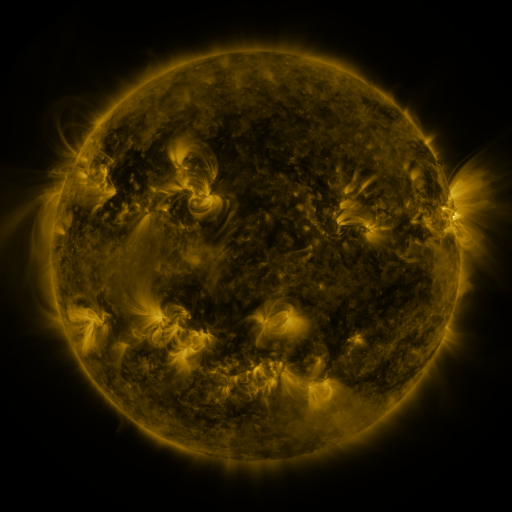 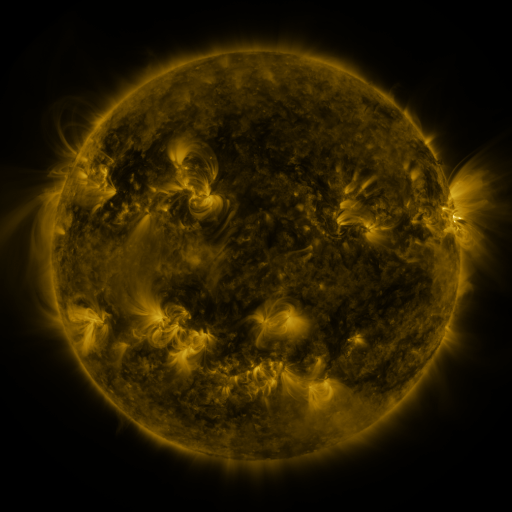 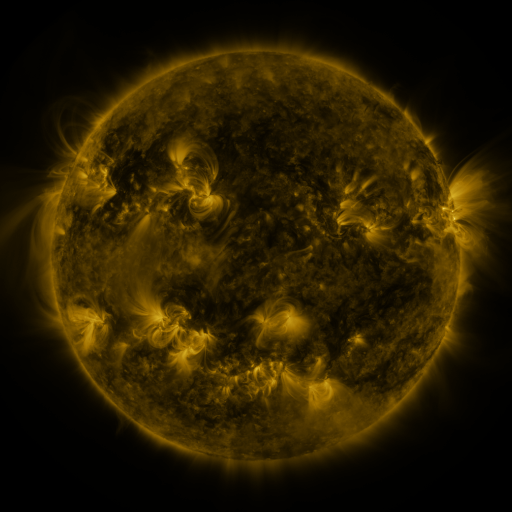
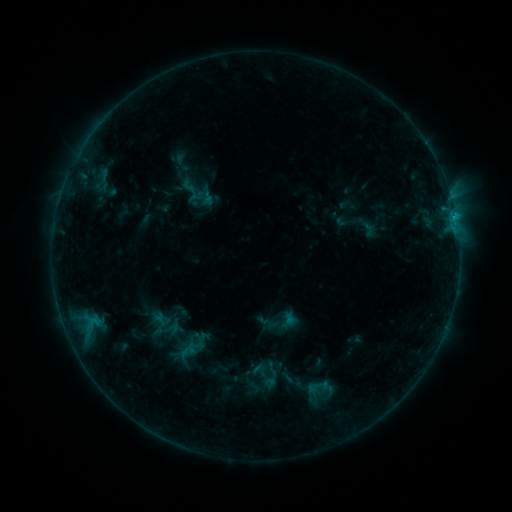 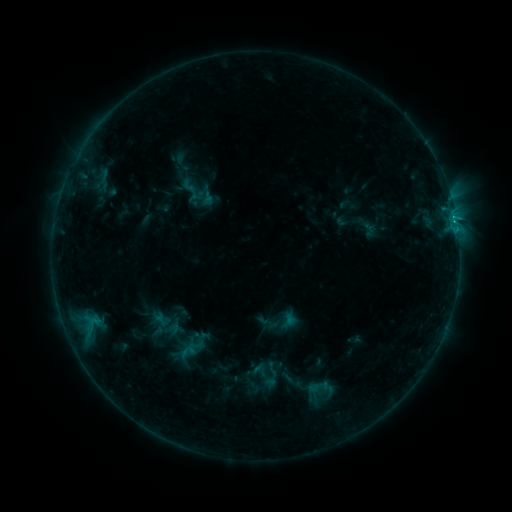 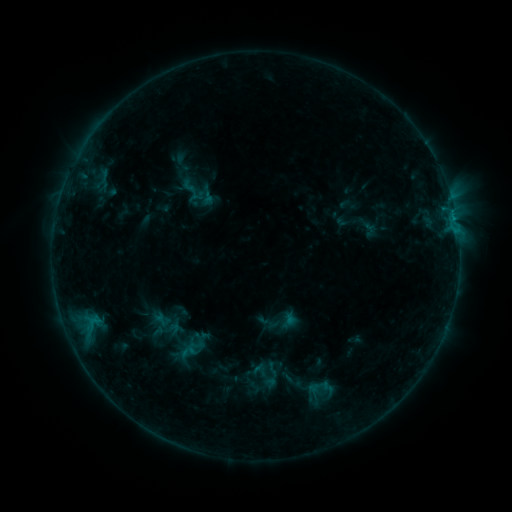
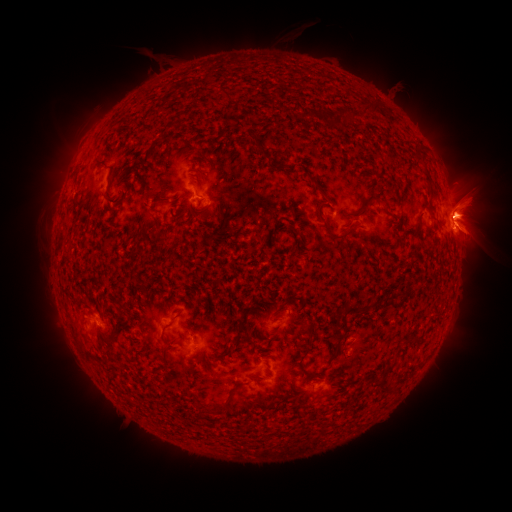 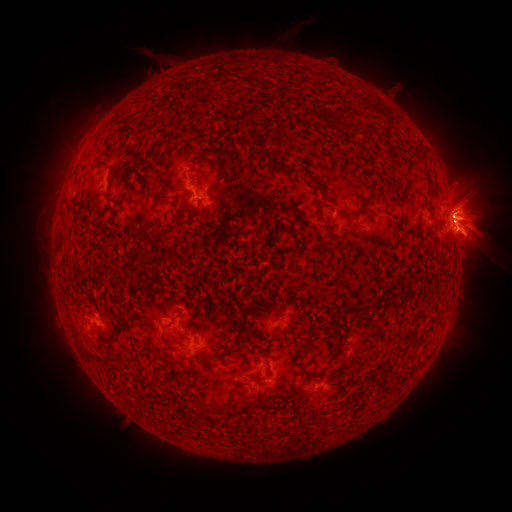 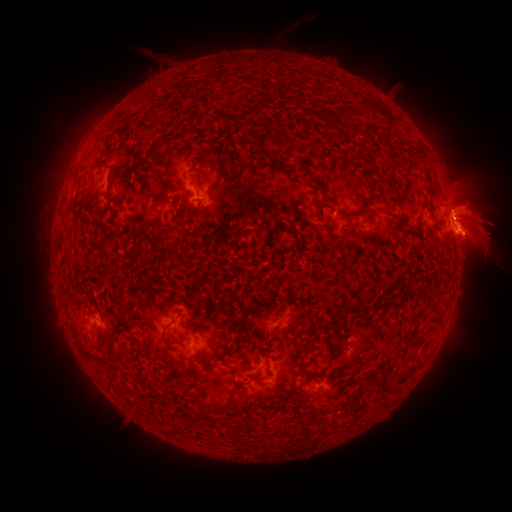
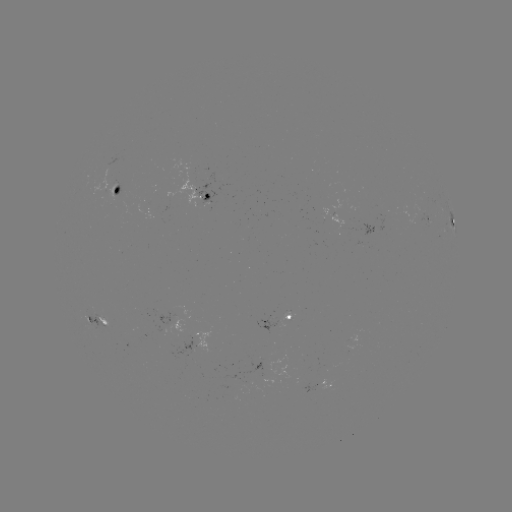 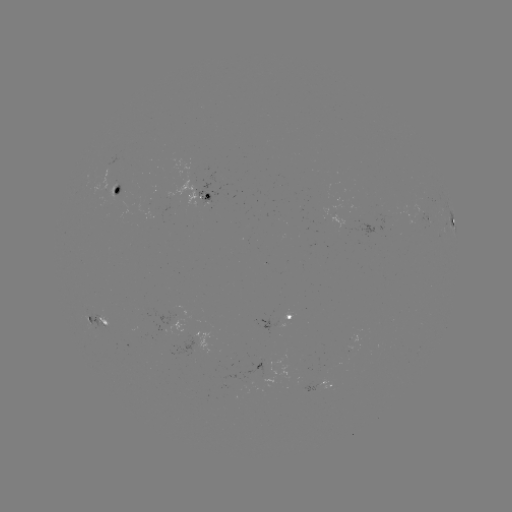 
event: flare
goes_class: C1.0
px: (455, 222)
